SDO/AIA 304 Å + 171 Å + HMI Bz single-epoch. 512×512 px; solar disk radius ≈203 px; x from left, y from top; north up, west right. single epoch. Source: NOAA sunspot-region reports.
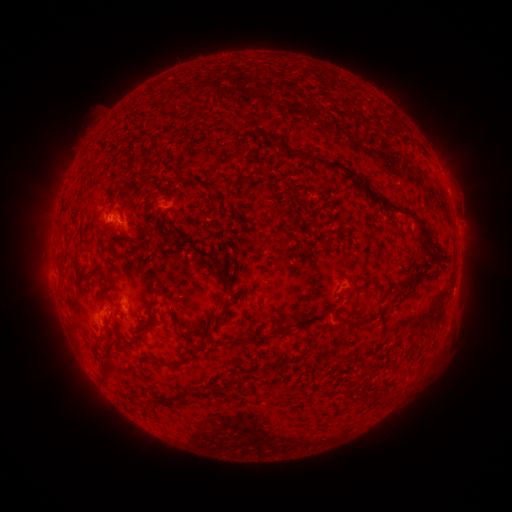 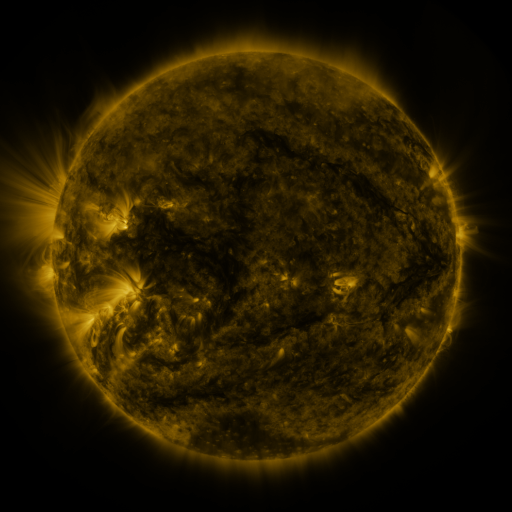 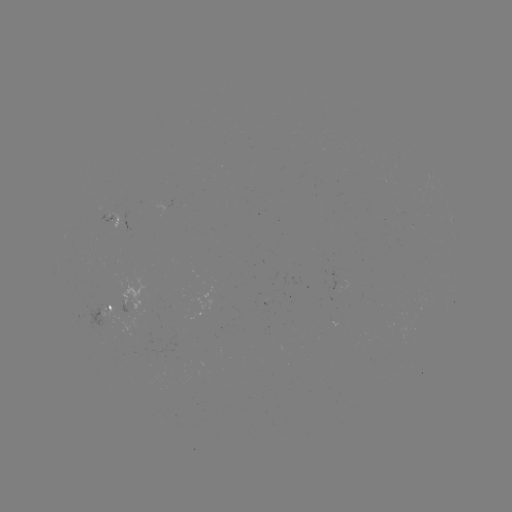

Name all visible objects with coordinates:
spotted active region: (113, 221)
spotted active region: (112, 306)
